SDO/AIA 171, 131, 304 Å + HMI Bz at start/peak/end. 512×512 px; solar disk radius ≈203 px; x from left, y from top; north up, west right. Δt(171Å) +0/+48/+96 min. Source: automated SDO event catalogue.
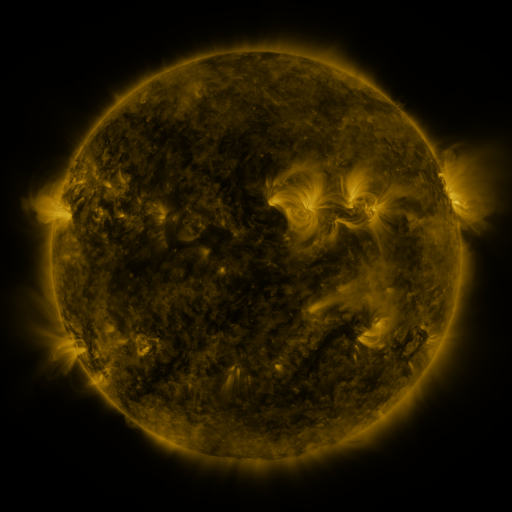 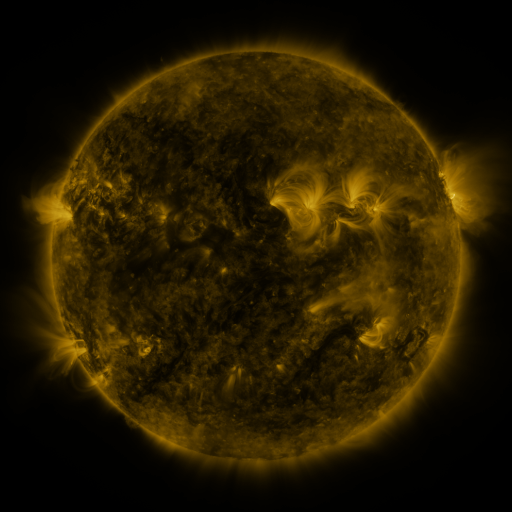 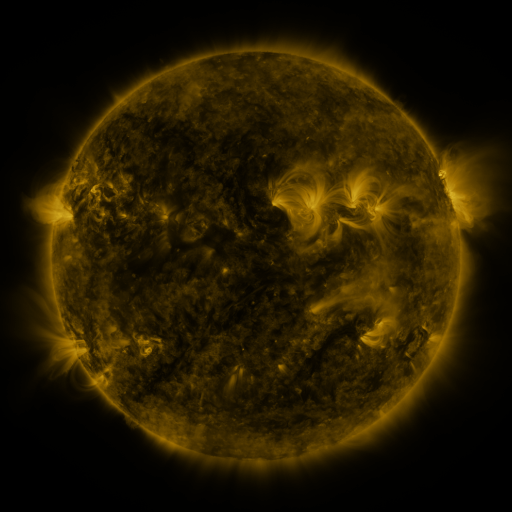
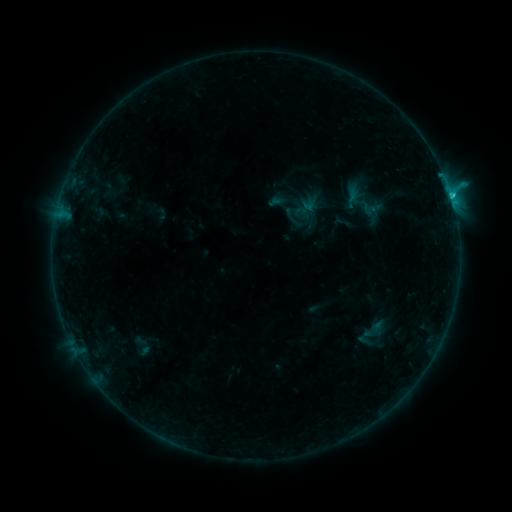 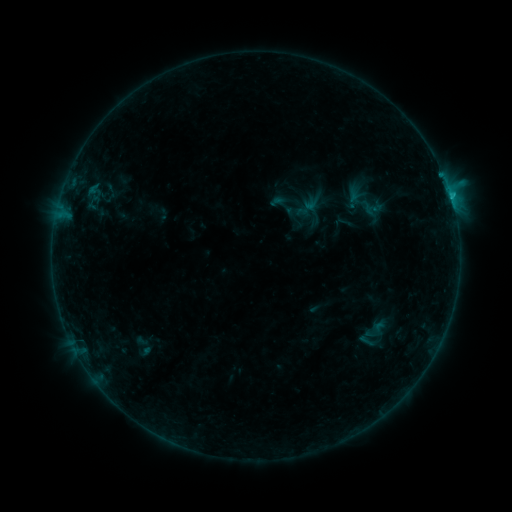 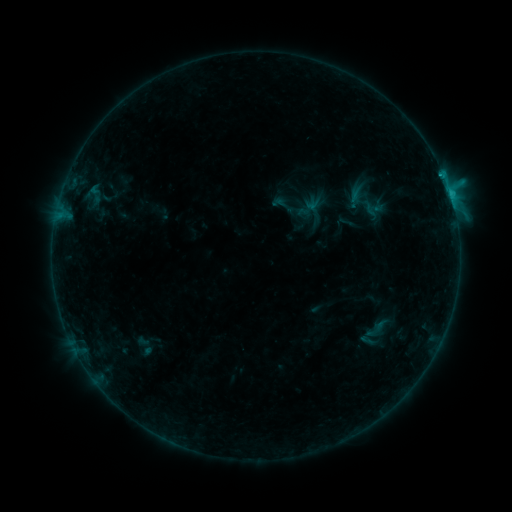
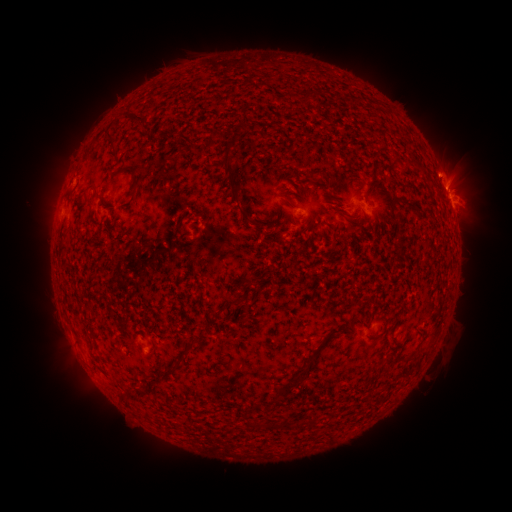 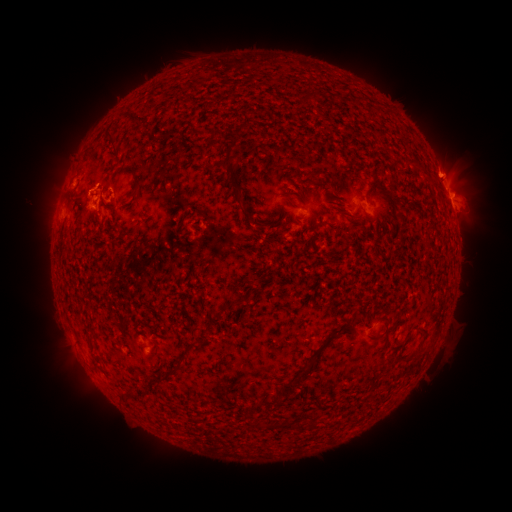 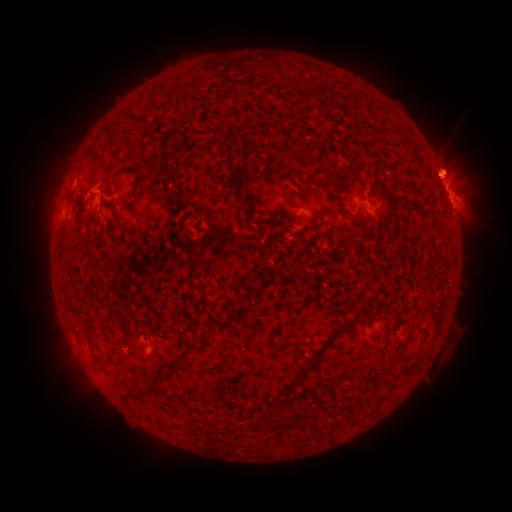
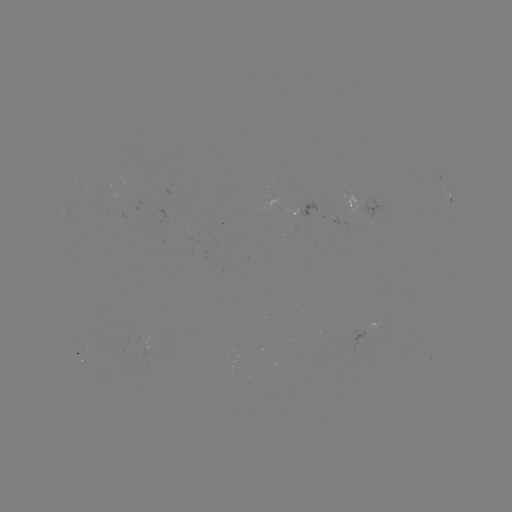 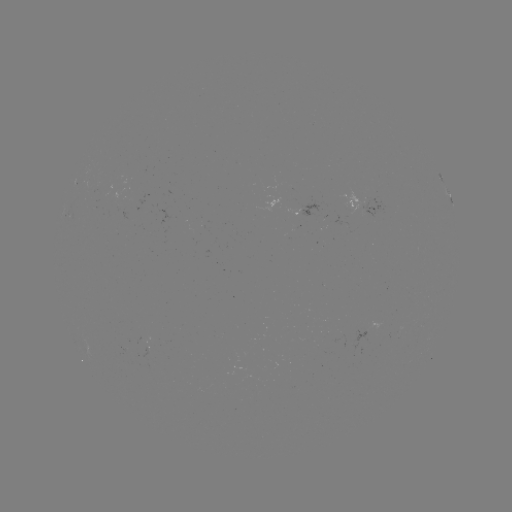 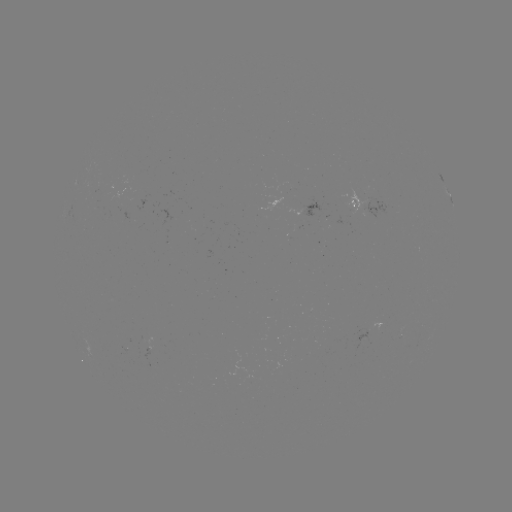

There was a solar filament eruption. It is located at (80, 200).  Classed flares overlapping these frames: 1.